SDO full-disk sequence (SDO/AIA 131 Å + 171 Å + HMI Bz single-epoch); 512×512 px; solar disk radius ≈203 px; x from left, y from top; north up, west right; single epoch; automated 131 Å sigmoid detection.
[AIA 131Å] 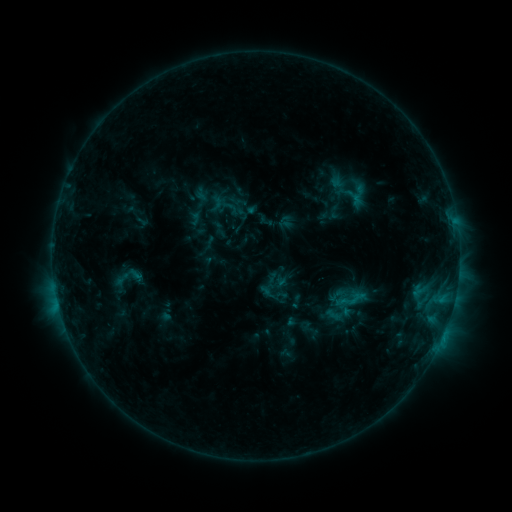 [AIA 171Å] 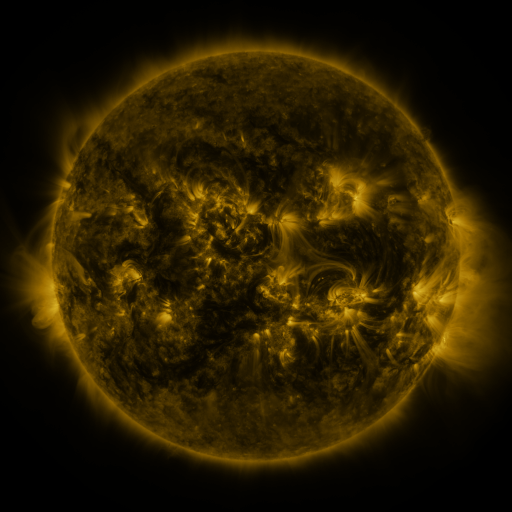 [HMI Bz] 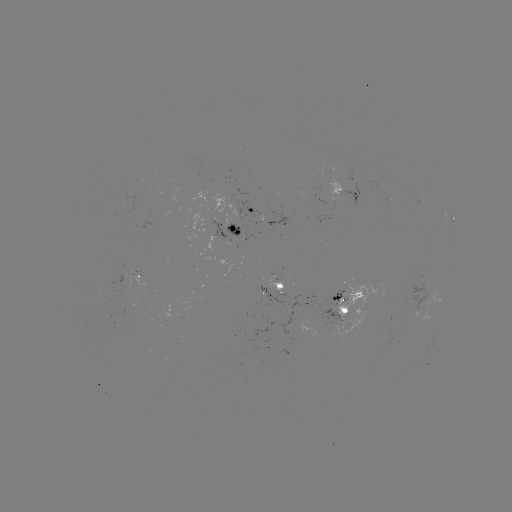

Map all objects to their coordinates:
sigmoid: (207, 196, 226, 215)
sigmoid: (318, 278, 369, 329)
